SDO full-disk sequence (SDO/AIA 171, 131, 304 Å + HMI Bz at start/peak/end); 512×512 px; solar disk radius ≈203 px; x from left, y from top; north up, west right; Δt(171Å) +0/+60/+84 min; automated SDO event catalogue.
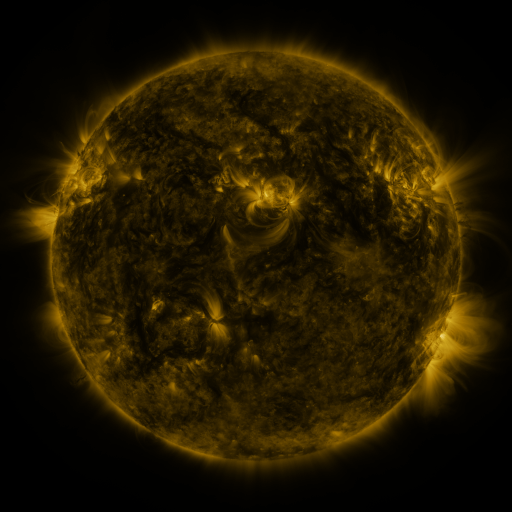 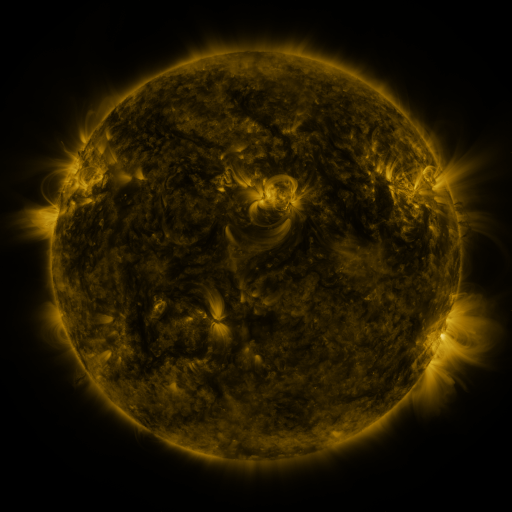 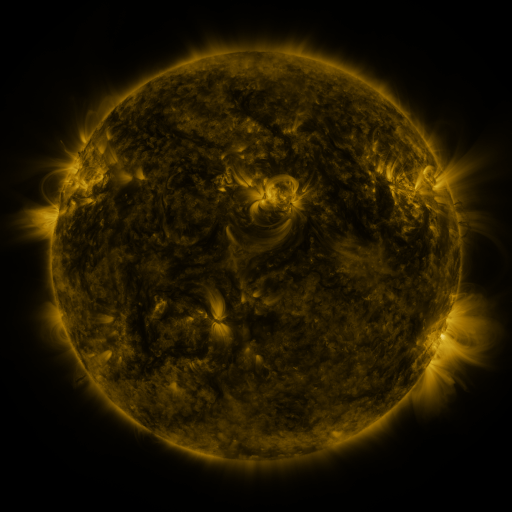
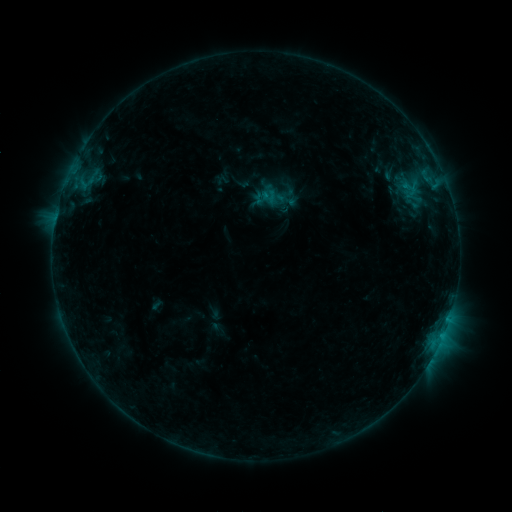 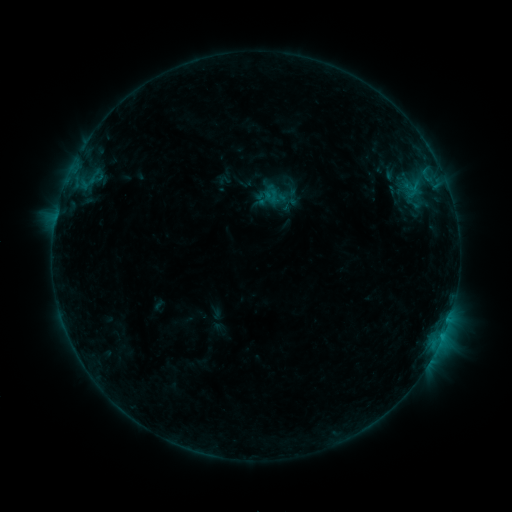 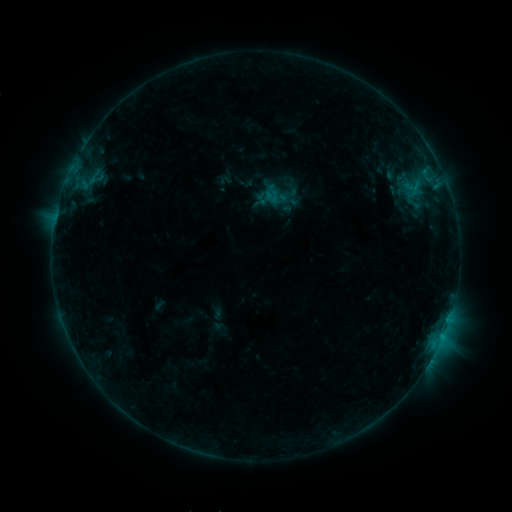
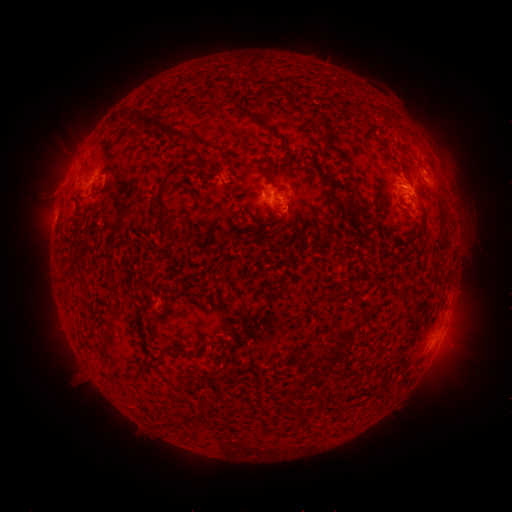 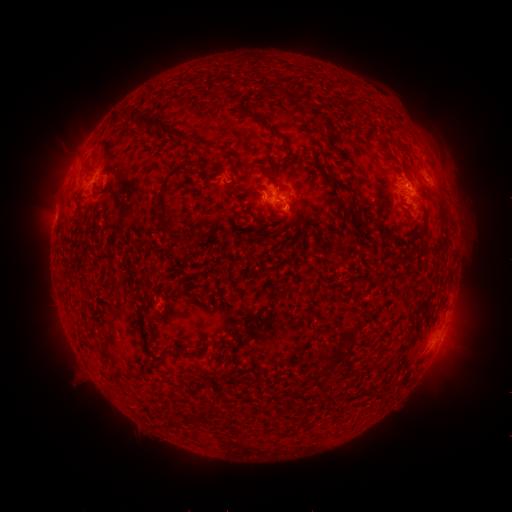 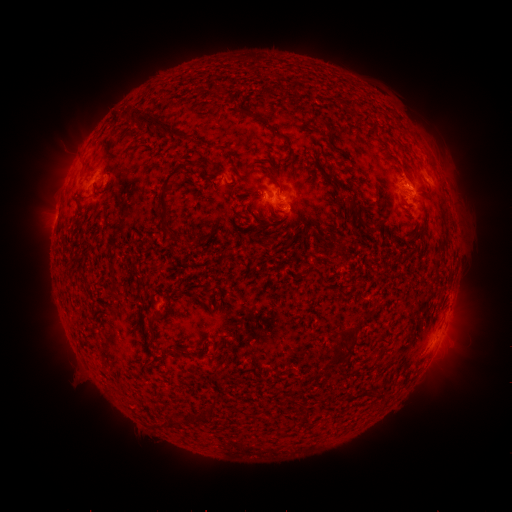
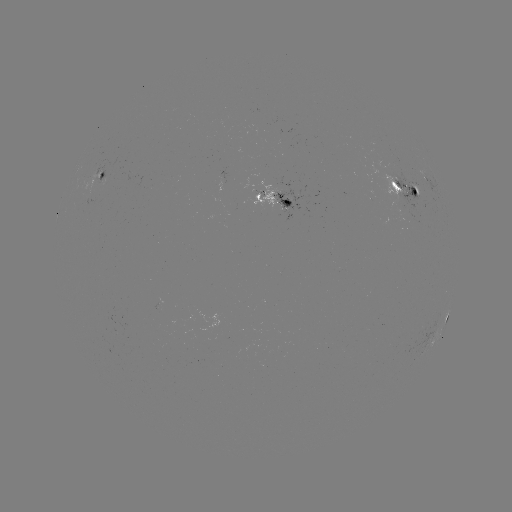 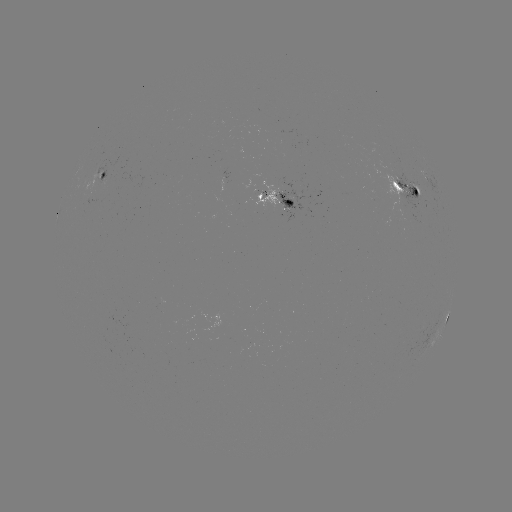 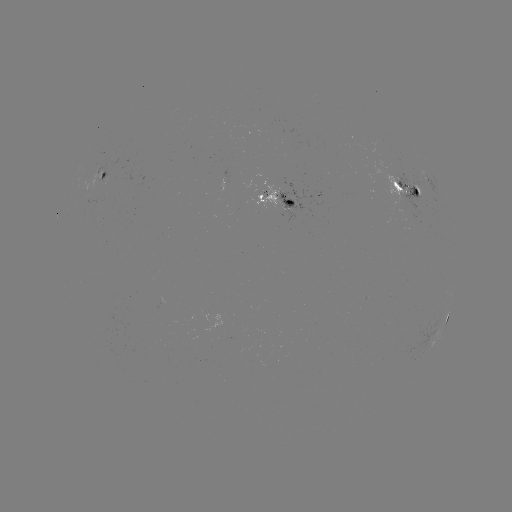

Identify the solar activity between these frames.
emerging-flux region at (288, 213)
